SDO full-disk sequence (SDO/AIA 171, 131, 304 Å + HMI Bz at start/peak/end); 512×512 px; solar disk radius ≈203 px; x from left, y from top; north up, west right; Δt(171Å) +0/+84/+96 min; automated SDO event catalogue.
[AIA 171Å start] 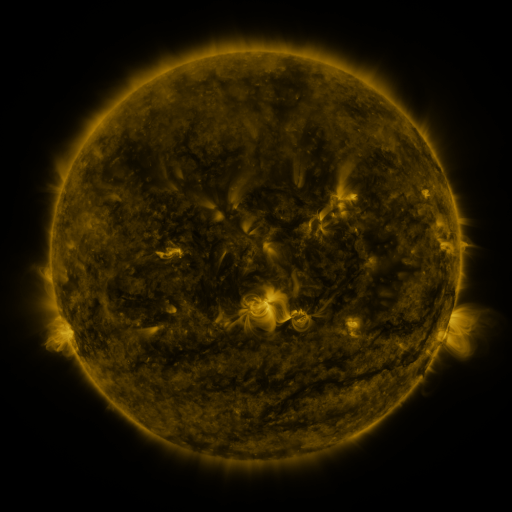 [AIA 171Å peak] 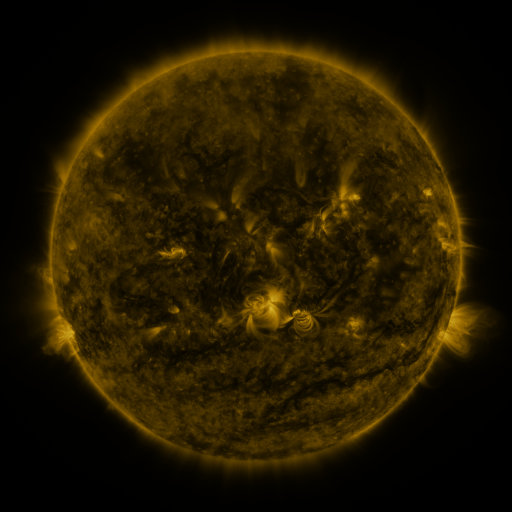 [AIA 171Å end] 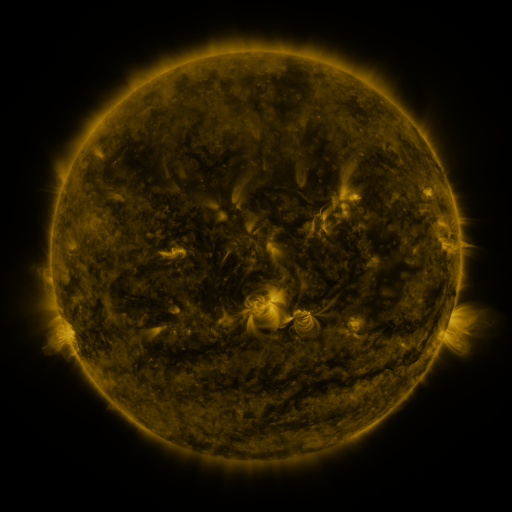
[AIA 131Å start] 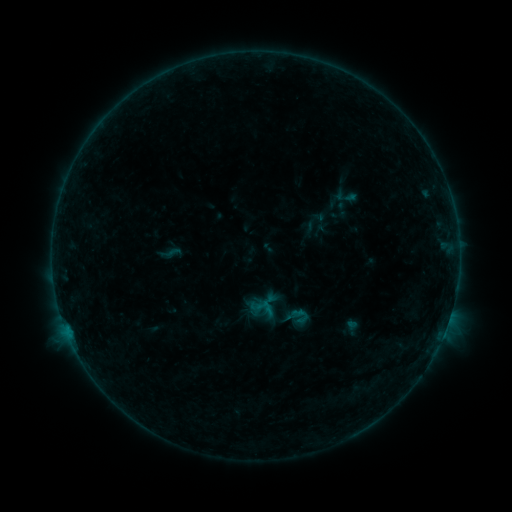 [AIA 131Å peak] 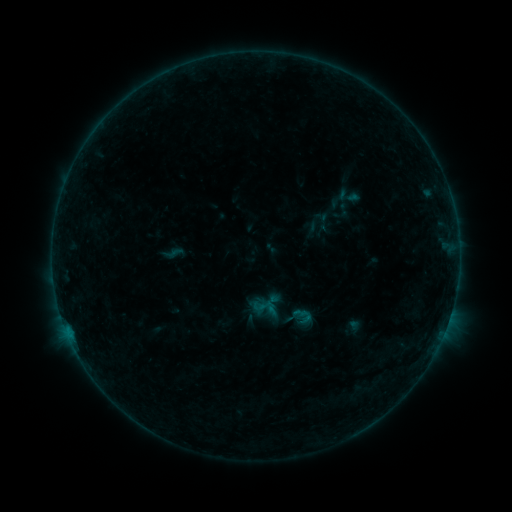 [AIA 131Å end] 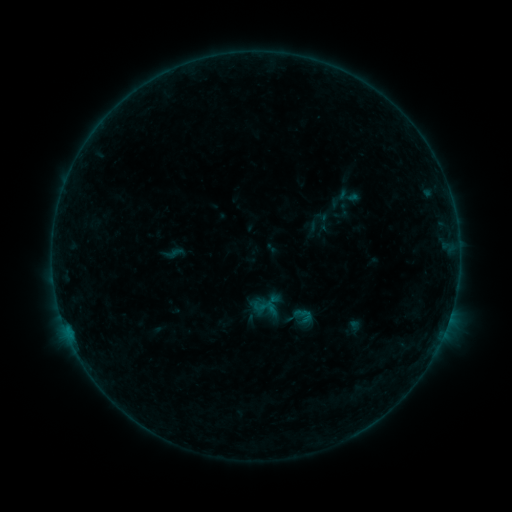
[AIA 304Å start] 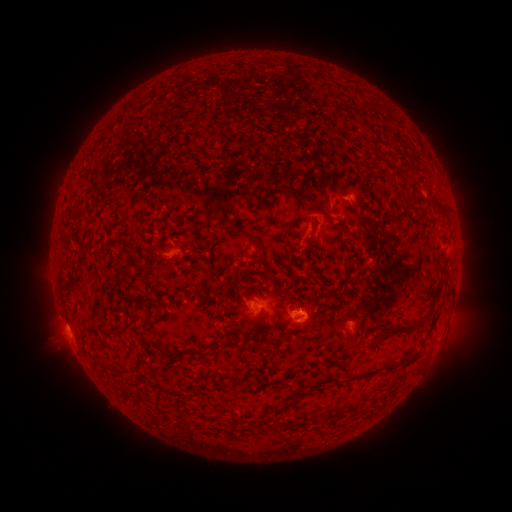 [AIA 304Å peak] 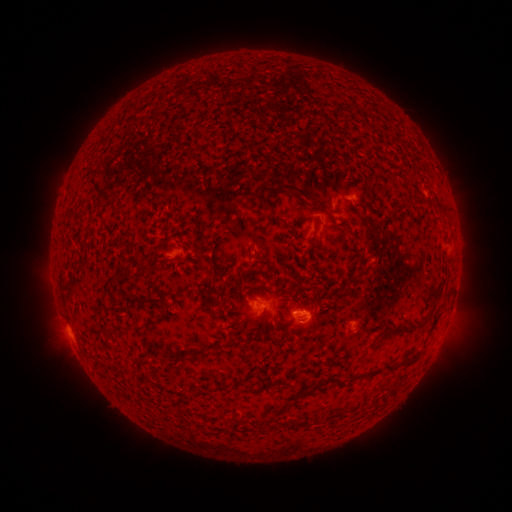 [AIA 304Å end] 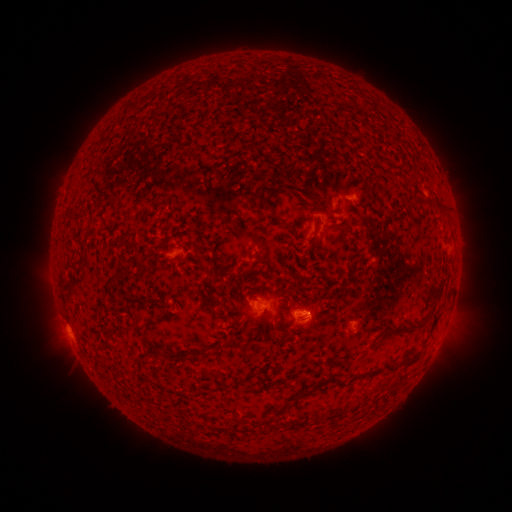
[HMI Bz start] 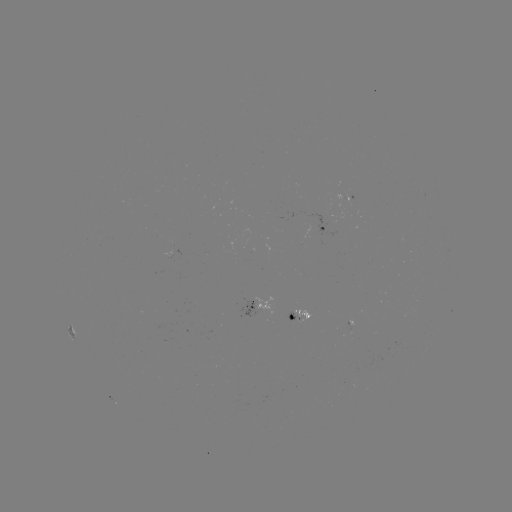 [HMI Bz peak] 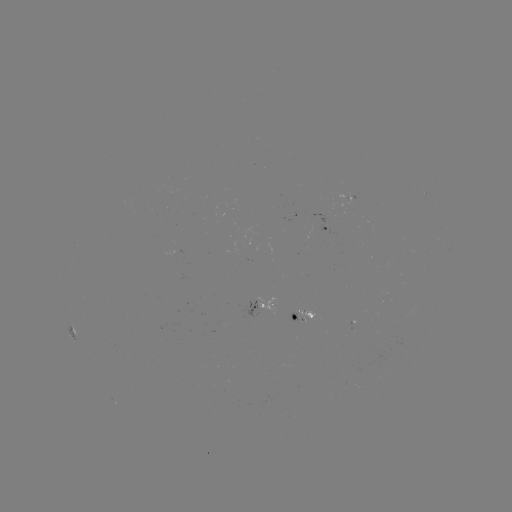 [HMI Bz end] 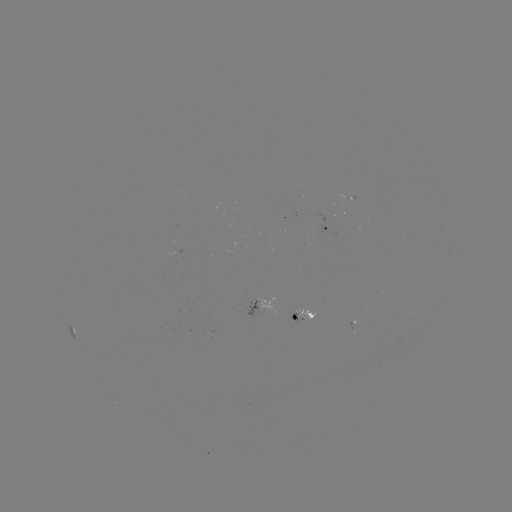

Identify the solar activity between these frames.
emerging-flux region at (298, 319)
